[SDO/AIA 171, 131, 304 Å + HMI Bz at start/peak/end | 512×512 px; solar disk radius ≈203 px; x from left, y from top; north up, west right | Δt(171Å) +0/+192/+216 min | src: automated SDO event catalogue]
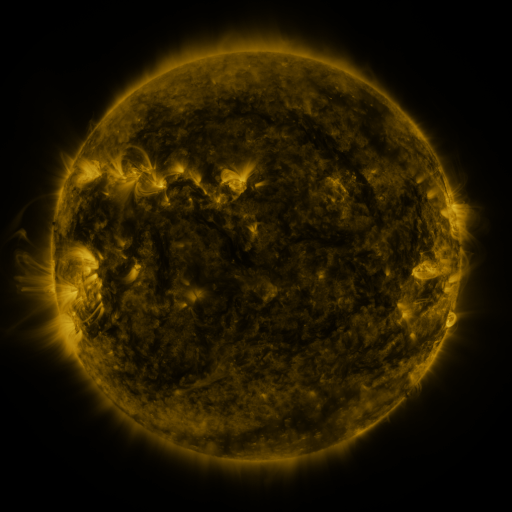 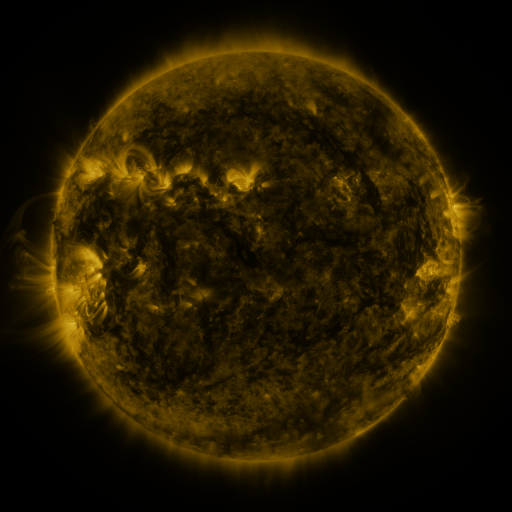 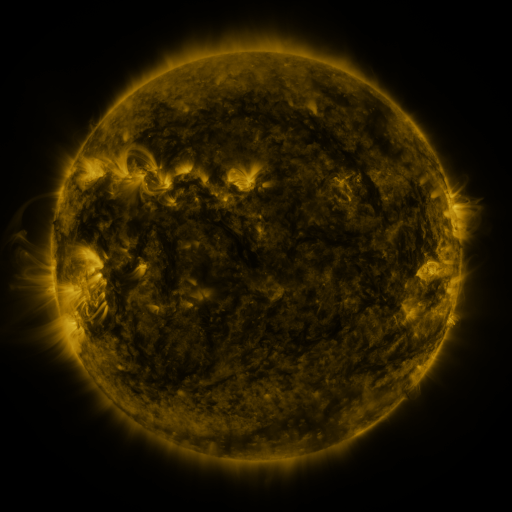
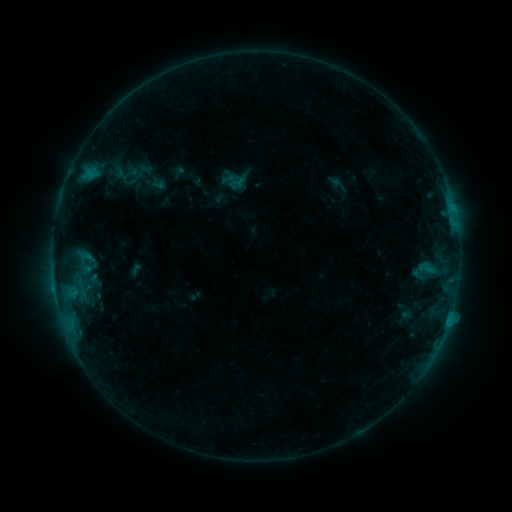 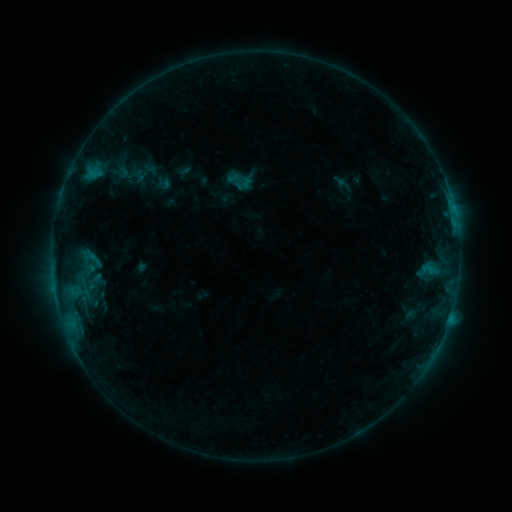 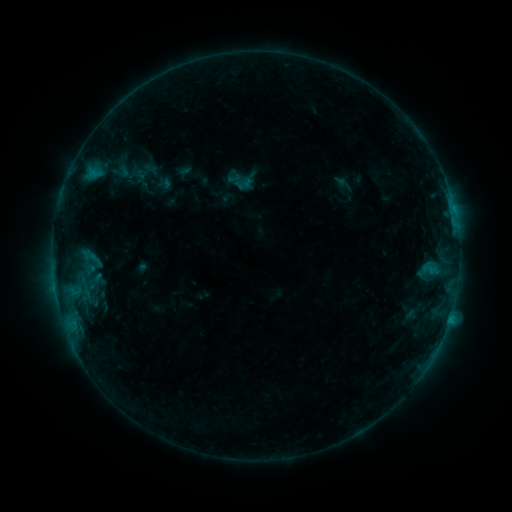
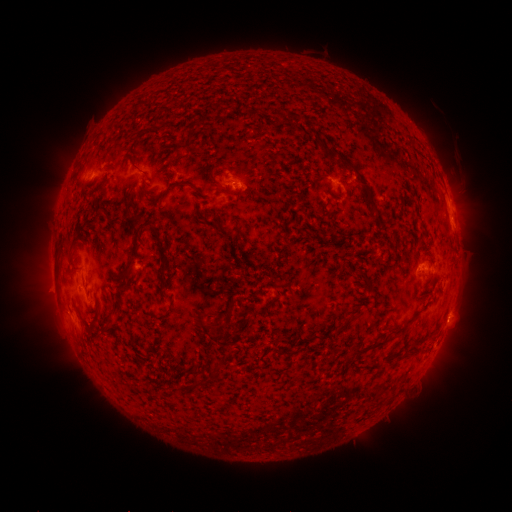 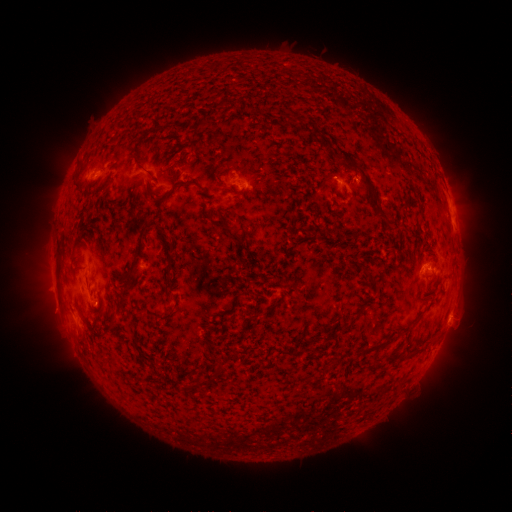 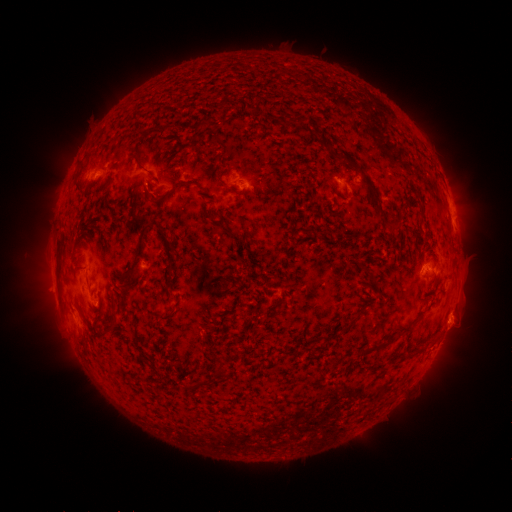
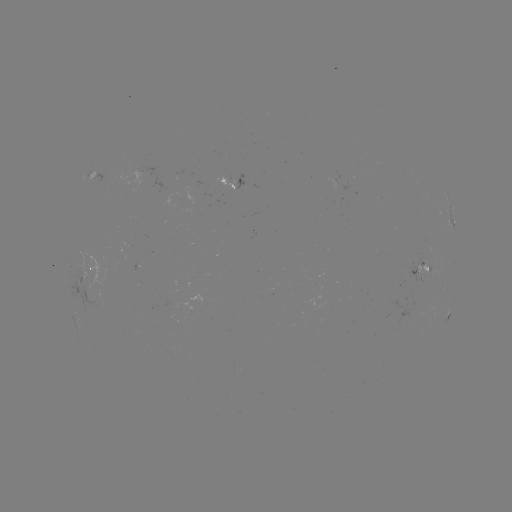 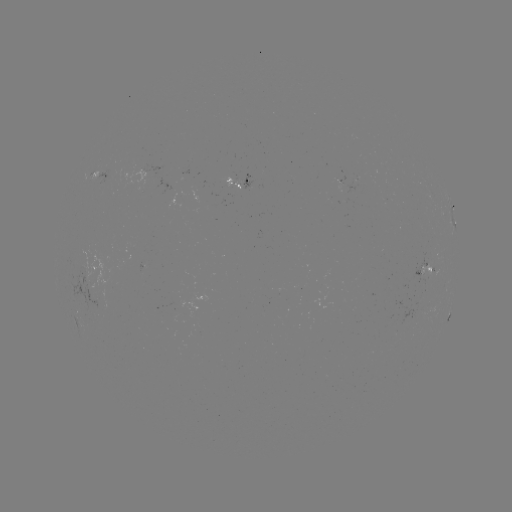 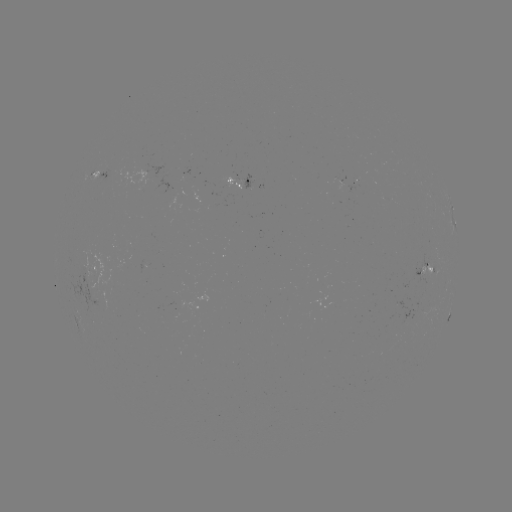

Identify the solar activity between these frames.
emerging-flux region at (86, 278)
